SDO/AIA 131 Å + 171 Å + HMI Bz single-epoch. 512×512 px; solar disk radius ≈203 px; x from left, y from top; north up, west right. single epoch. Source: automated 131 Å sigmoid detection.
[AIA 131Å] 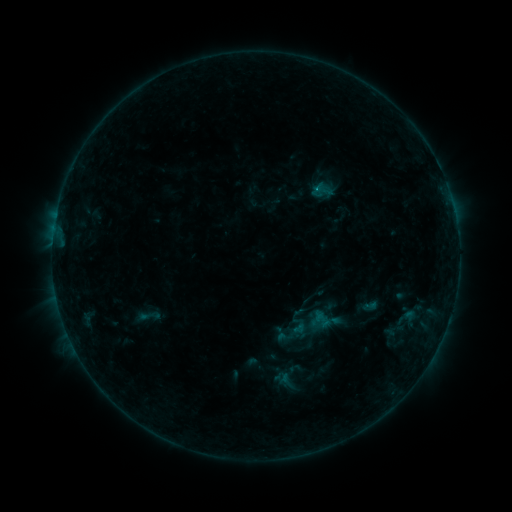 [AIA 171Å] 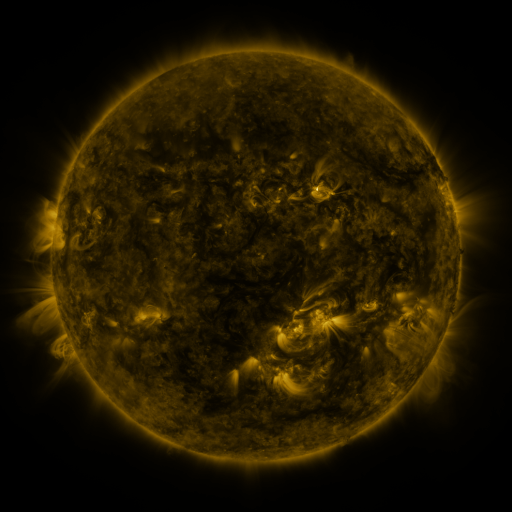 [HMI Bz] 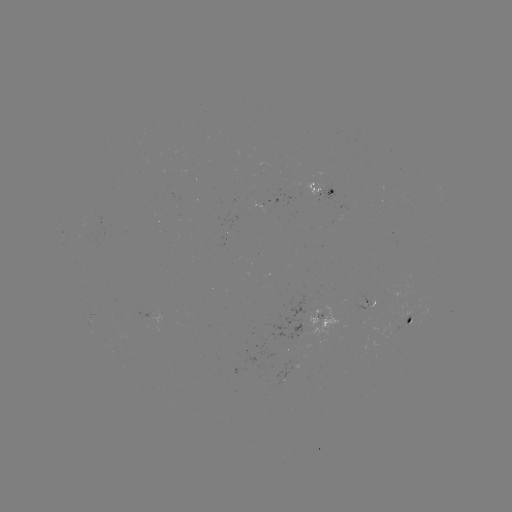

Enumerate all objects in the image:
sigmoid: (290, 302, 334, 345)
sigmoid: (132, 303, 165, 330)
